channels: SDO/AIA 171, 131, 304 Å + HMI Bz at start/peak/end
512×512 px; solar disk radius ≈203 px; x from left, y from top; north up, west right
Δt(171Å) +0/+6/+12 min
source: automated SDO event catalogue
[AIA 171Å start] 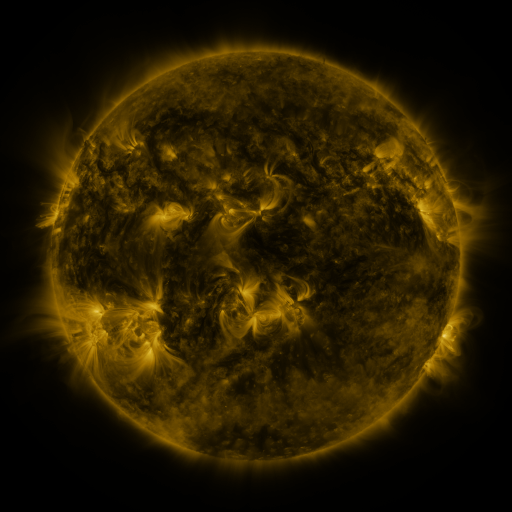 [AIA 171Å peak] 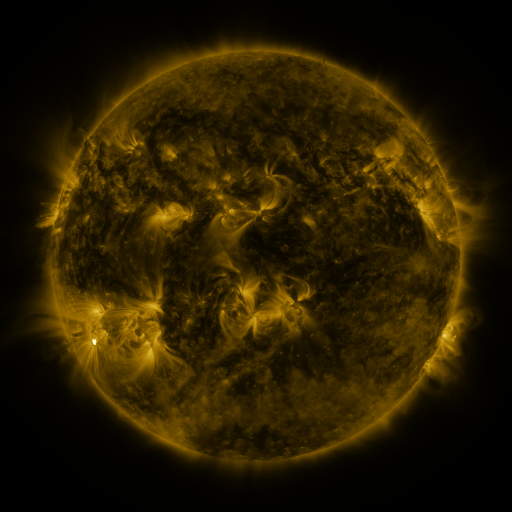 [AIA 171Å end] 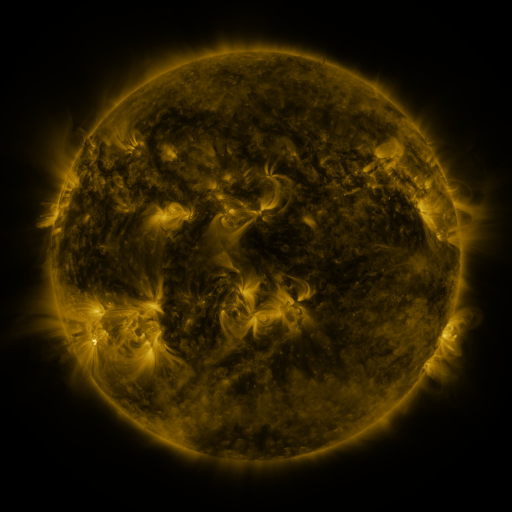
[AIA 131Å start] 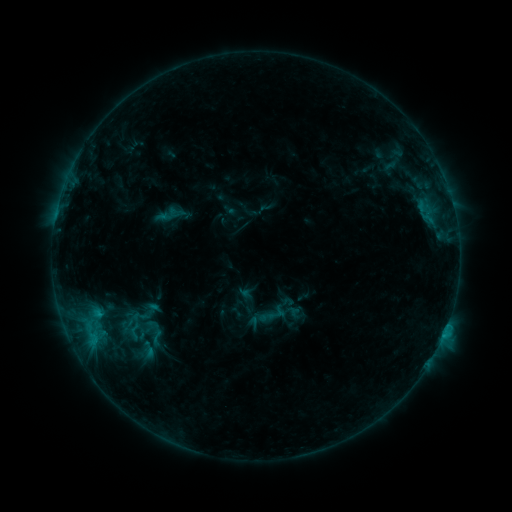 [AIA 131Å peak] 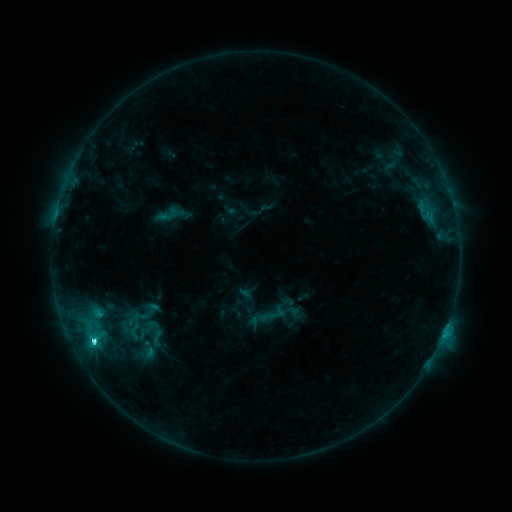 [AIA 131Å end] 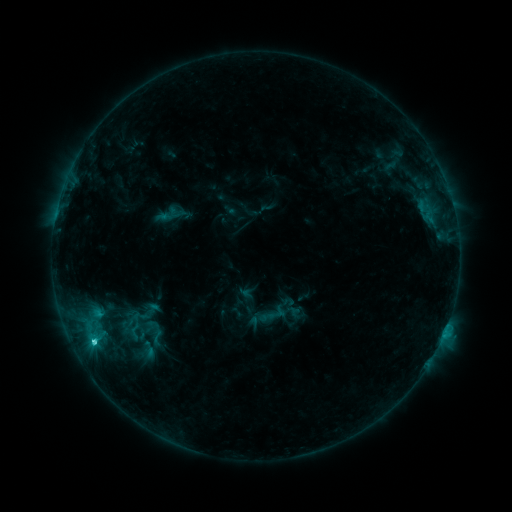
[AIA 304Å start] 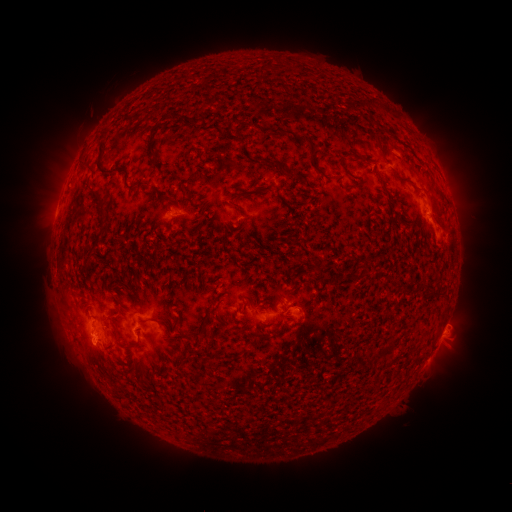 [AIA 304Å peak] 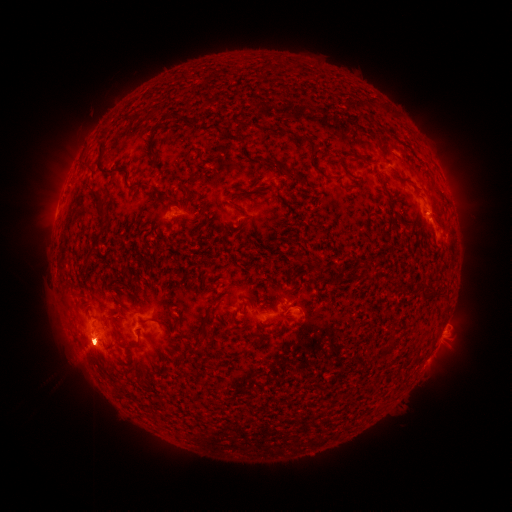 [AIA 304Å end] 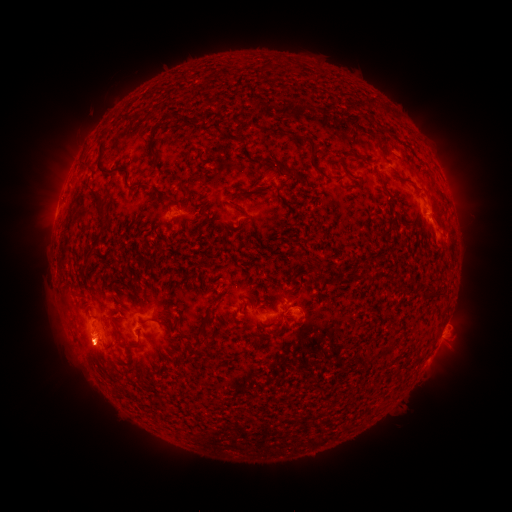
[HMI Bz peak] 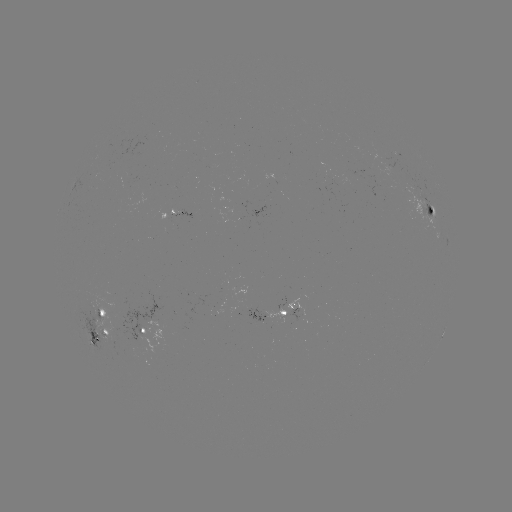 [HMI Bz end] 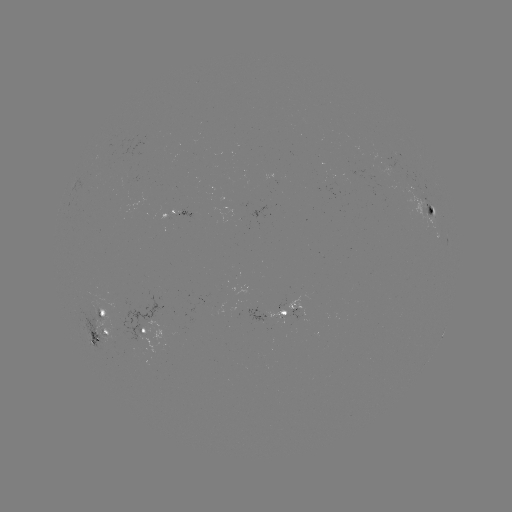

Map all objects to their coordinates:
C3.4 flare: (94, 341)
